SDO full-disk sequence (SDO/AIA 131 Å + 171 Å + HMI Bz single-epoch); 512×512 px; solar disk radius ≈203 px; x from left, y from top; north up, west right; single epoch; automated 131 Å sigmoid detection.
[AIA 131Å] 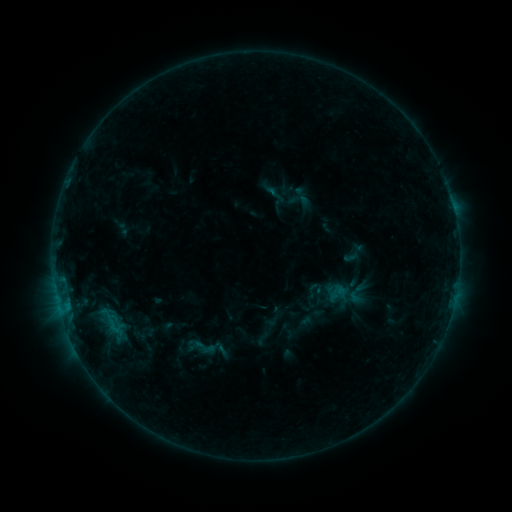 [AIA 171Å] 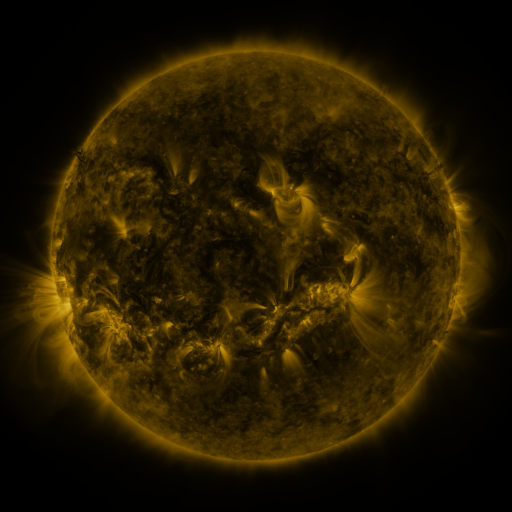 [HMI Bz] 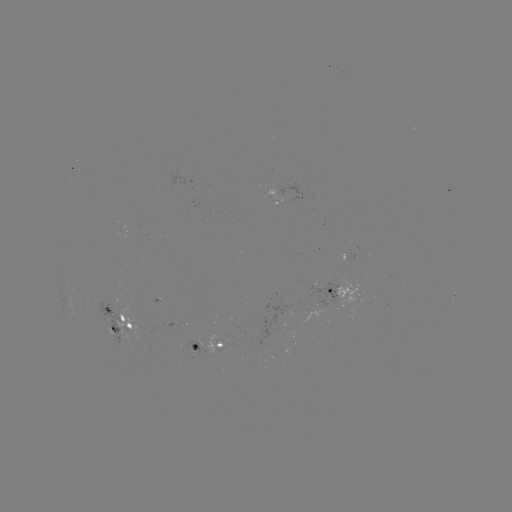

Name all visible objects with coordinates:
sigmoid: (199, 345)
